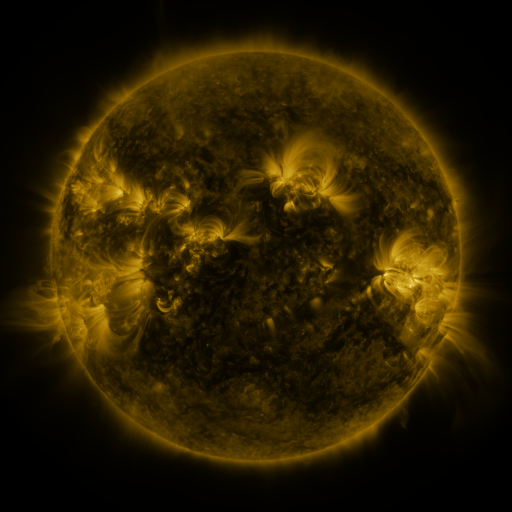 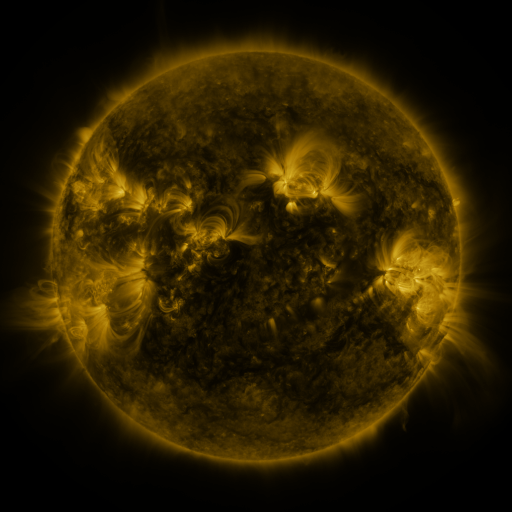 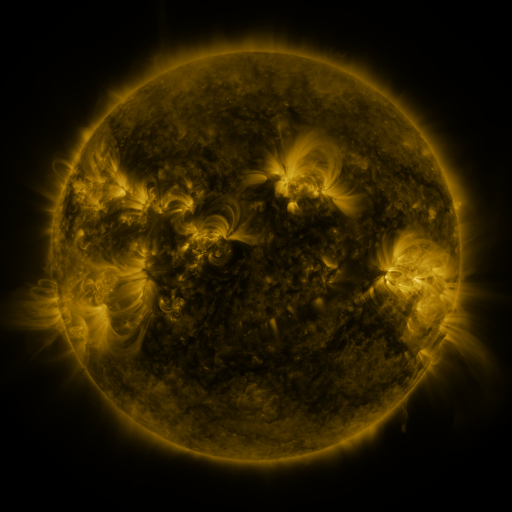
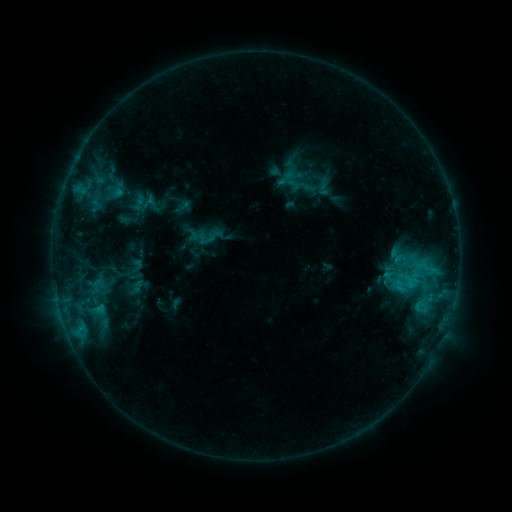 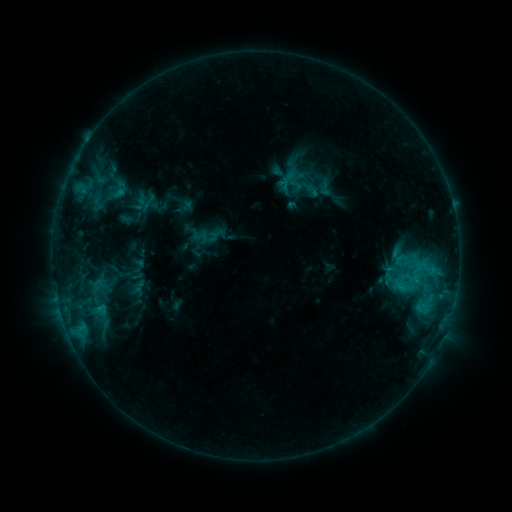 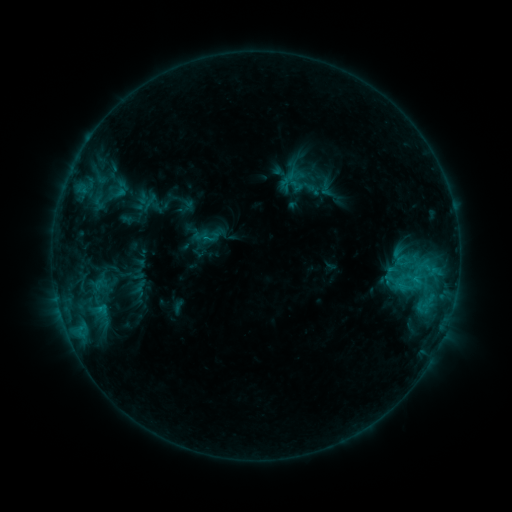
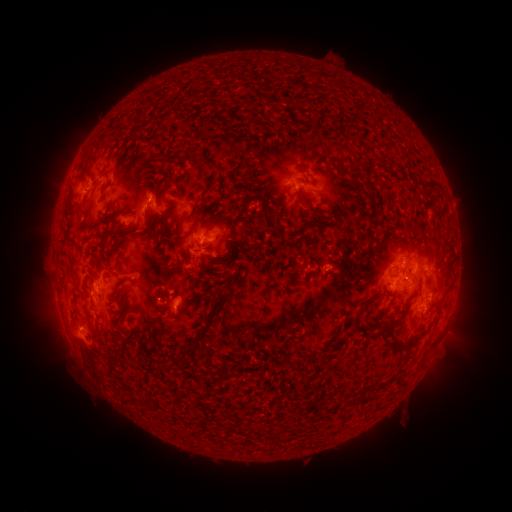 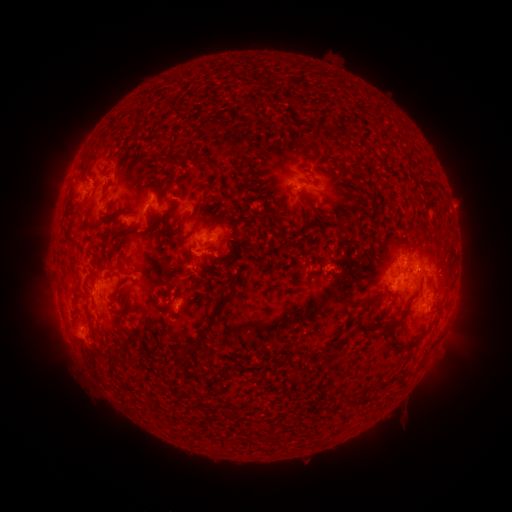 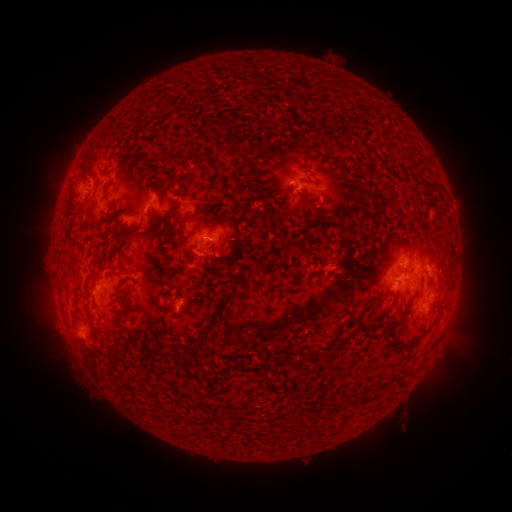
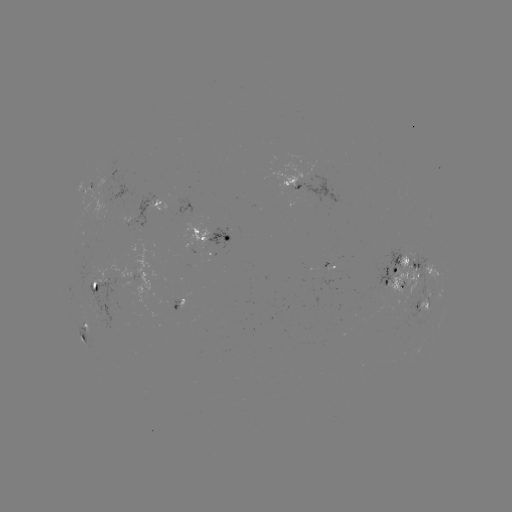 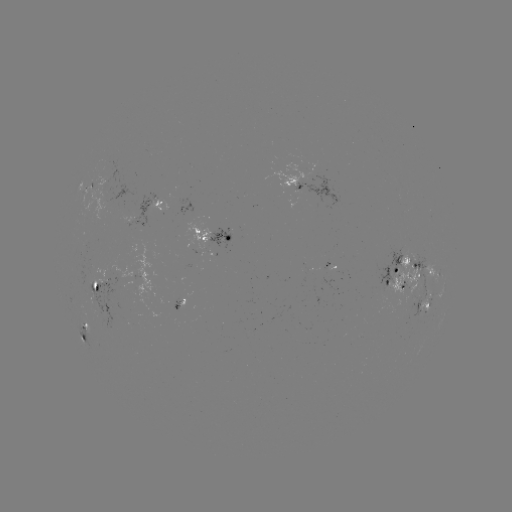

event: emerging-flux region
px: (414, 254)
